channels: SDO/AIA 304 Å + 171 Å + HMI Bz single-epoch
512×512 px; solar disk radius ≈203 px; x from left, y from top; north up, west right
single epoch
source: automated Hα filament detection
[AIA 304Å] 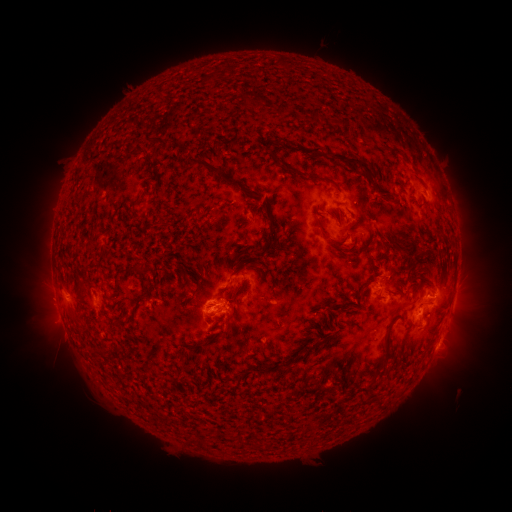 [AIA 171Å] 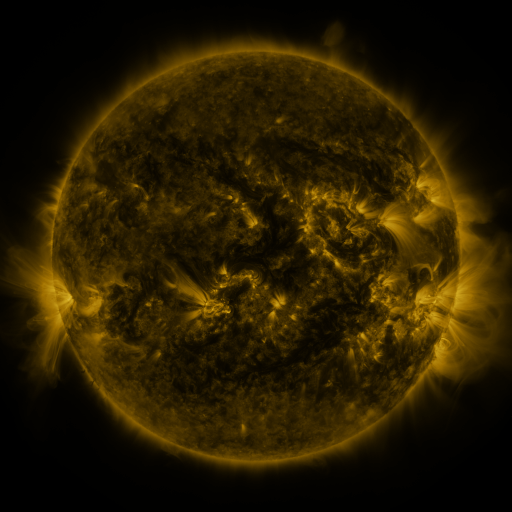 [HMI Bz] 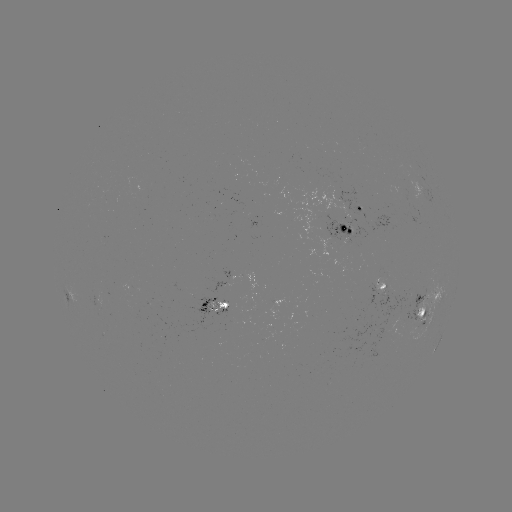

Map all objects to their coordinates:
filament: <bbox>212, 57, 306, 73</bbox>
filament: <bbox>162, 65, 202, 88</bbox>
filament: <bbox>200, 70, 216, 84</bbox>
filament: <bbox>339, 79, 416, 149</bbox>
filament: <bbox>238, 90, 249, 105</bbox>
filament: <bbox>97, 114, 123, 141</bbox>
filament: <bbox>156, 139, 167, 146</bbox>
filament: <bbox>289, 141, 320, 154</bbox>
filament: <bbox>102, 144, 123, 152</bbox>
filament: <bbox>123, 149, 147, 158</bbox>
filament: <bbox>267, 149, 277, 162</bbox>
filament: <bbox>327, 152, 371, 174</bbox>
filament: <bbox>186, 156, 288, 255</bbox>
filament: <bbox>146, 161, 156, 169</bbox>
filament: <bbox>282, 166, 299, 176</bbox>
filament: <bbox>71, 168, 84, 186</bbox>
filament: <bbox>315, 175, 341, 190</bbox>
filament: <bbox>219, 210, 230, 228</bbox>
filament: <bbox>233, 214, 253, 230</bbox>
filament: <bbox>313, 215, 346, 244</bbox>
filament: <bbox>238, 244, 252, 263</bbox>
filament: <bbox>221, 252, 231, 269</bbox>
filament: <bbox>230, 263, 248, 275</bbox>
filament: <bbox>191, 287, 199, 297</bbox>
filament: <bbox>416, 292, 435, 303</bbox>
filament: <bbox>228, 303, 236, 314</bbox>
filament: <bbox>66, 312, 79, 324</bbox>
filament: <bbox>385, 313, 400, 341</bbox>
filament: <bbox>197, 439, 210, 448</bbox>
